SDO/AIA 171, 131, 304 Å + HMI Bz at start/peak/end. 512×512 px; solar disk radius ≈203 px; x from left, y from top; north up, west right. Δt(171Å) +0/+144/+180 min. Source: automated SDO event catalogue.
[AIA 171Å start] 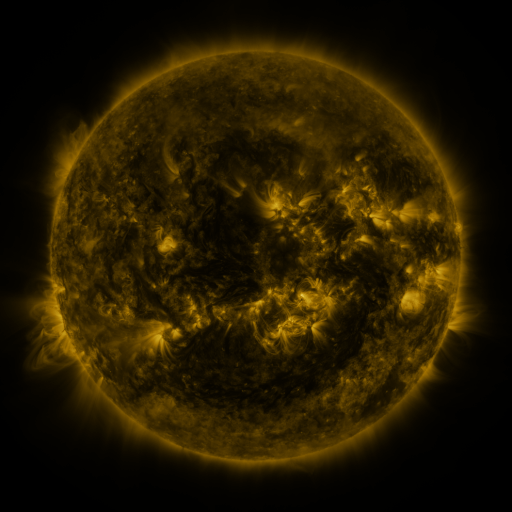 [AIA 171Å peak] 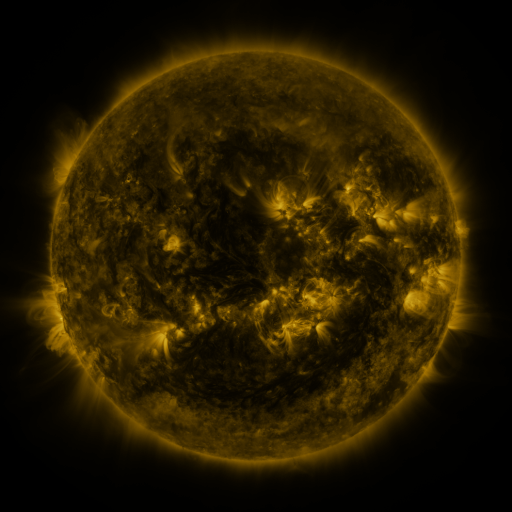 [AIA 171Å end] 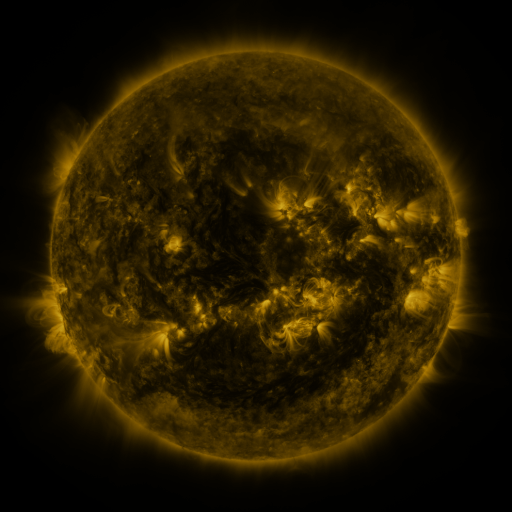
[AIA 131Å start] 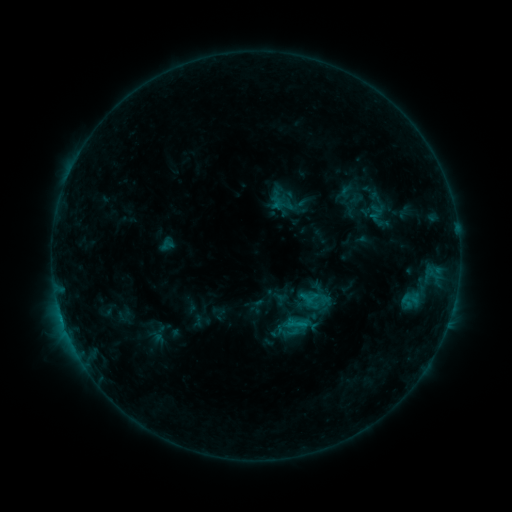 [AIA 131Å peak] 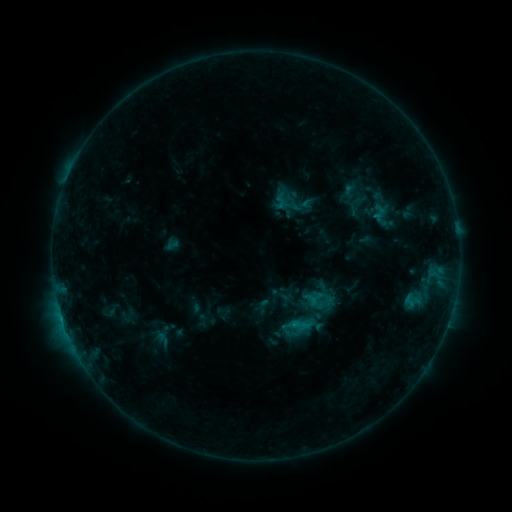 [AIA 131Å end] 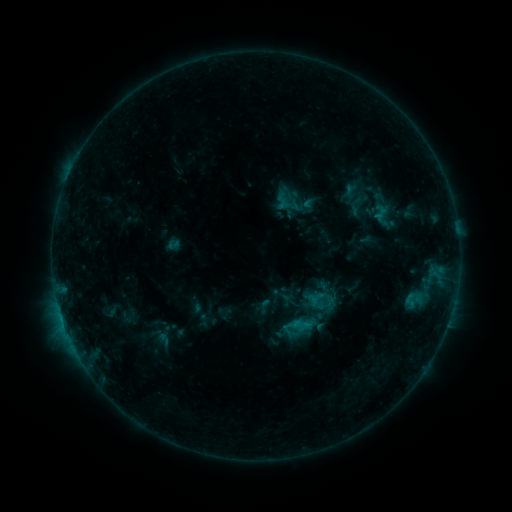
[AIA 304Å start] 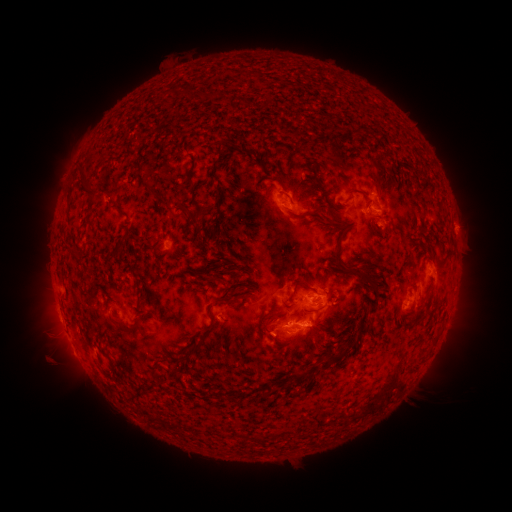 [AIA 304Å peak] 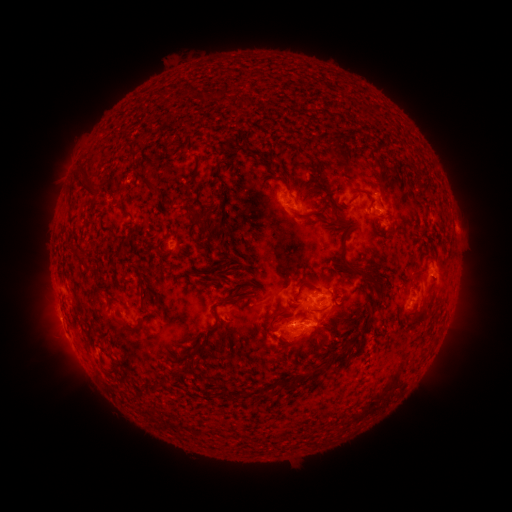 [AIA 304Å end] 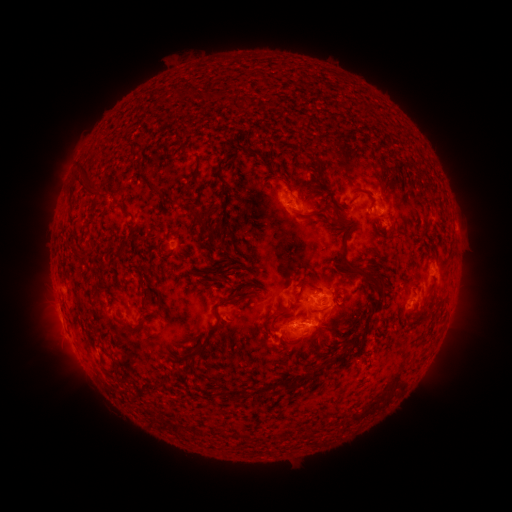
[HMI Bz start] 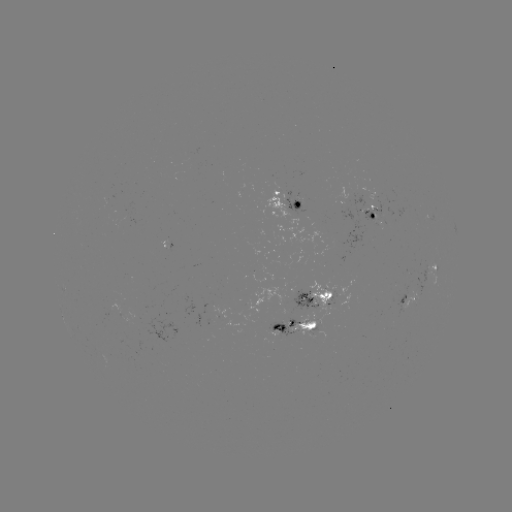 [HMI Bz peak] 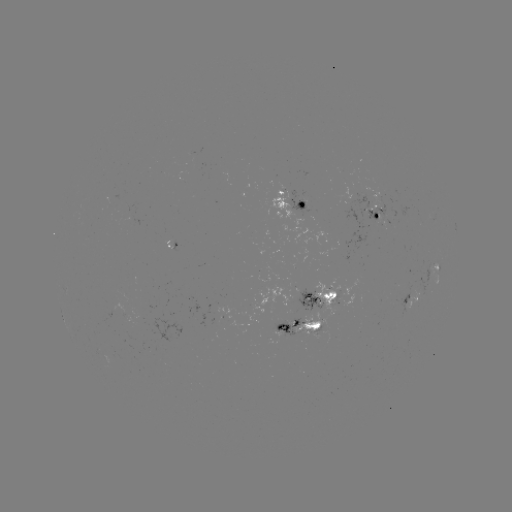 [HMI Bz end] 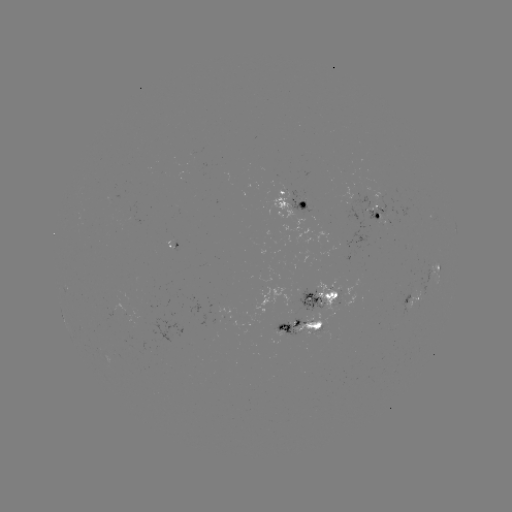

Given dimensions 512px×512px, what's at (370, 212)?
emerging-flux region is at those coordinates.